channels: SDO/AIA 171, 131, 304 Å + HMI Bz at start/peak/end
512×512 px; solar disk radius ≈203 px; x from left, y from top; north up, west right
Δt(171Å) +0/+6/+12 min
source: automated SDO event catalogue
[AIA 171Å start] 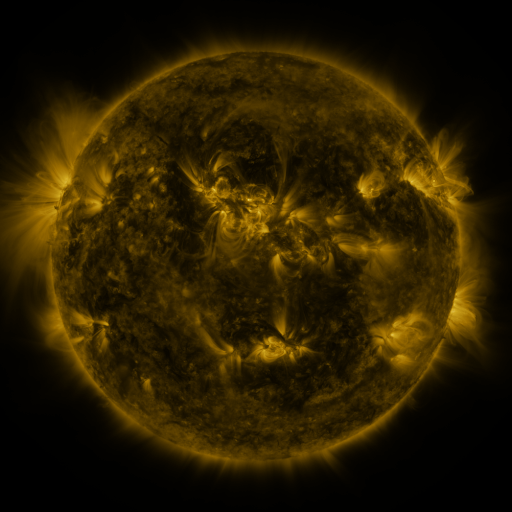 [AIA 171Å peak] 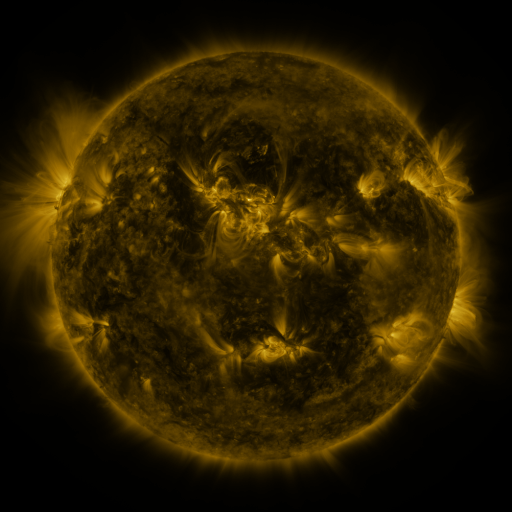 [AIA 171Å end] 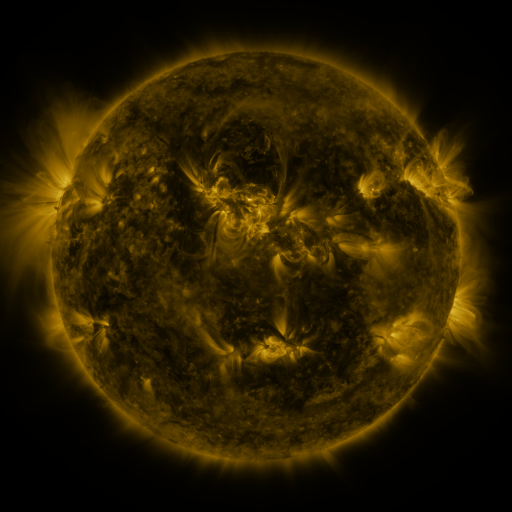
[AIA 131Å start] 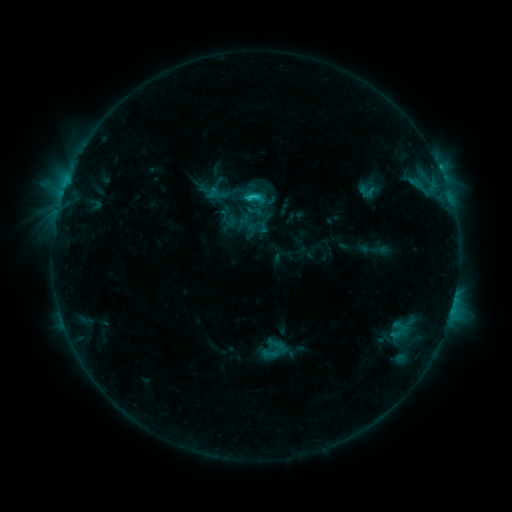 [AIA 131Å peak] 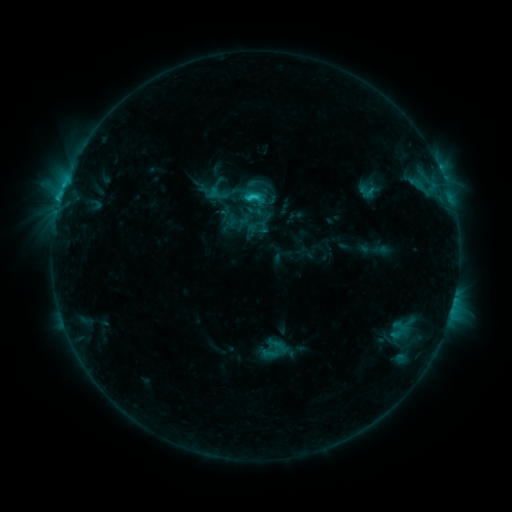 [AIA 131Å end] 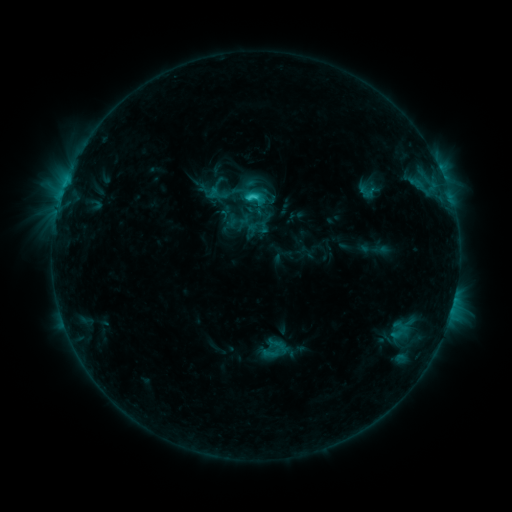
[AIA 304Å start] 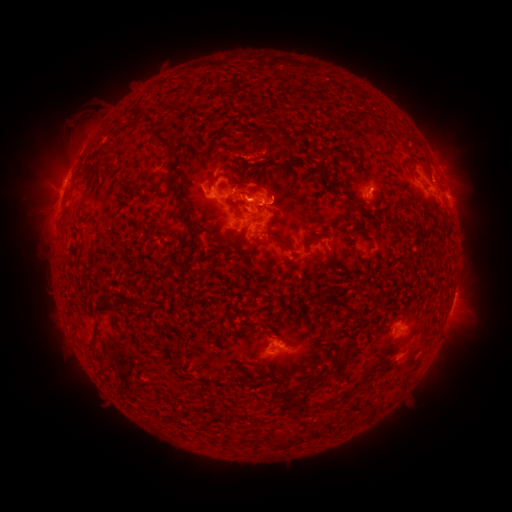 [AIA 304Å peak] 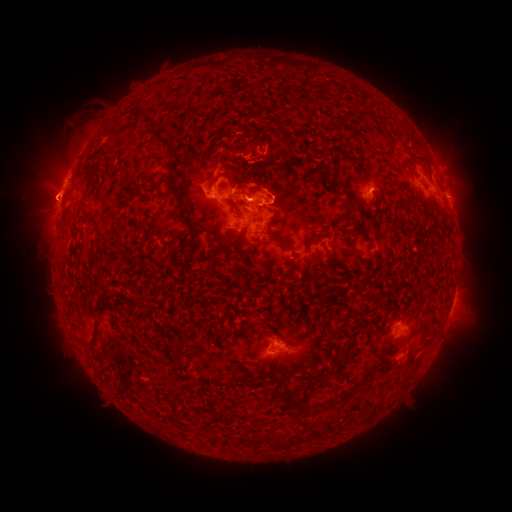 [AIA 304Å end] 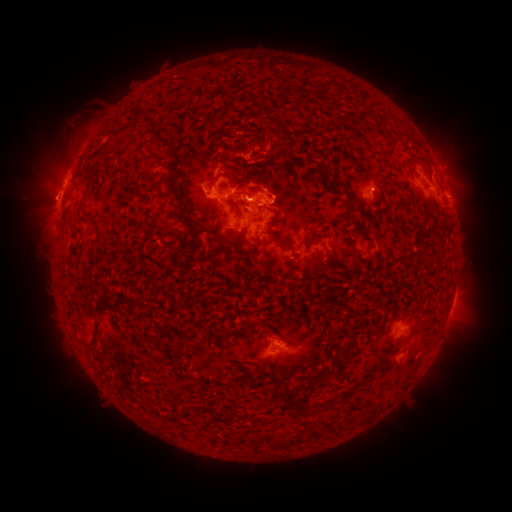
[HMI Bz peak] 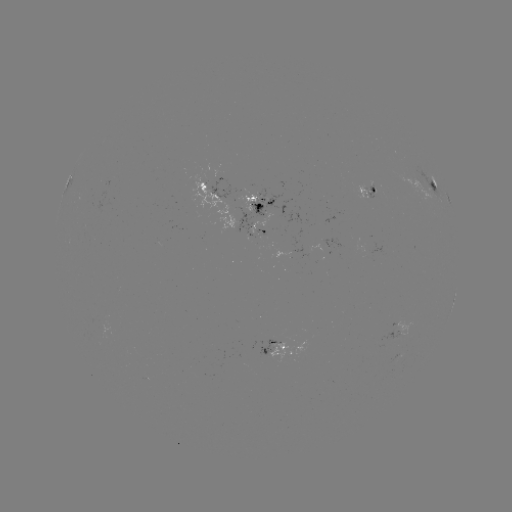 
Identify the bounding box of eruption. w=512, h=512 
[0, 102, 114, 258].